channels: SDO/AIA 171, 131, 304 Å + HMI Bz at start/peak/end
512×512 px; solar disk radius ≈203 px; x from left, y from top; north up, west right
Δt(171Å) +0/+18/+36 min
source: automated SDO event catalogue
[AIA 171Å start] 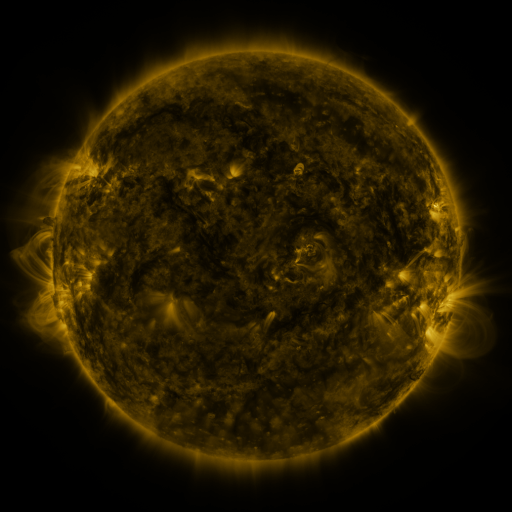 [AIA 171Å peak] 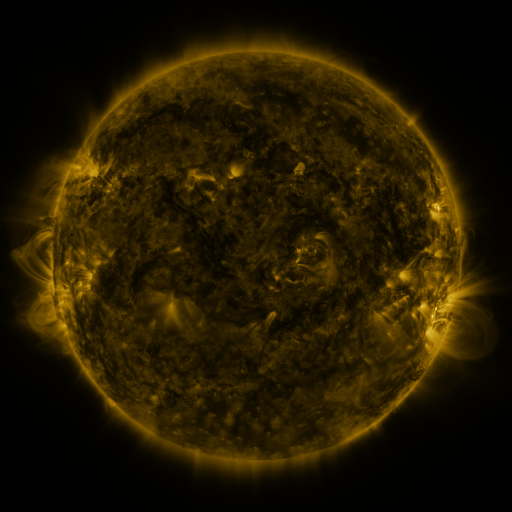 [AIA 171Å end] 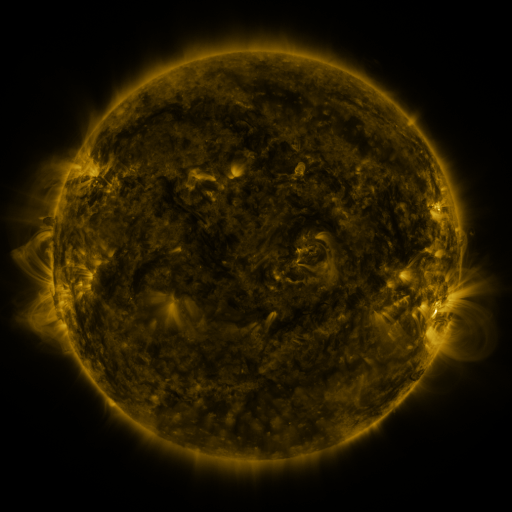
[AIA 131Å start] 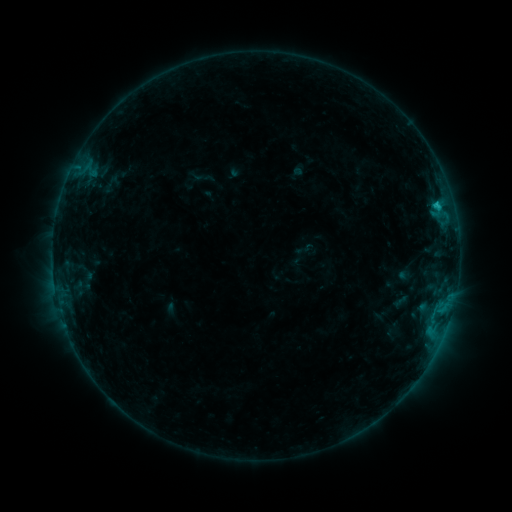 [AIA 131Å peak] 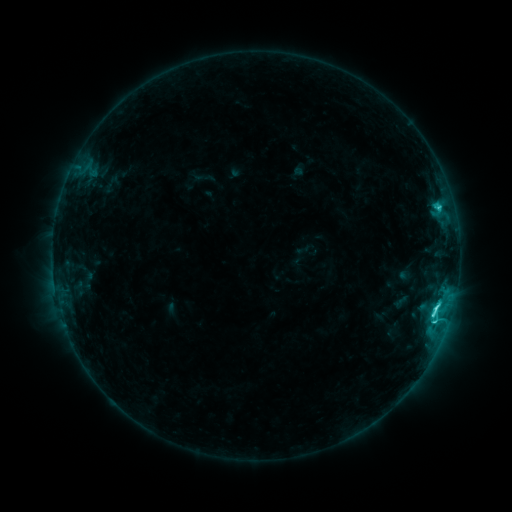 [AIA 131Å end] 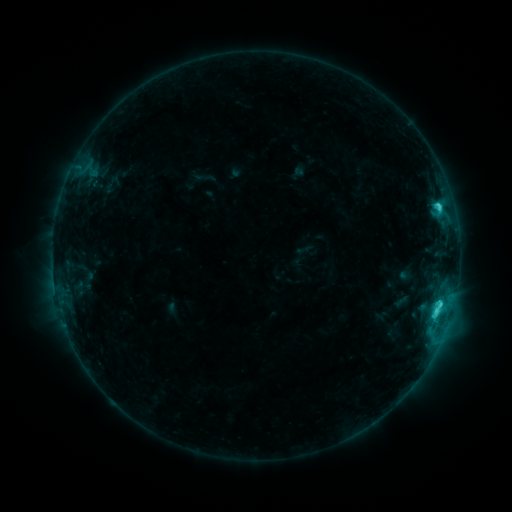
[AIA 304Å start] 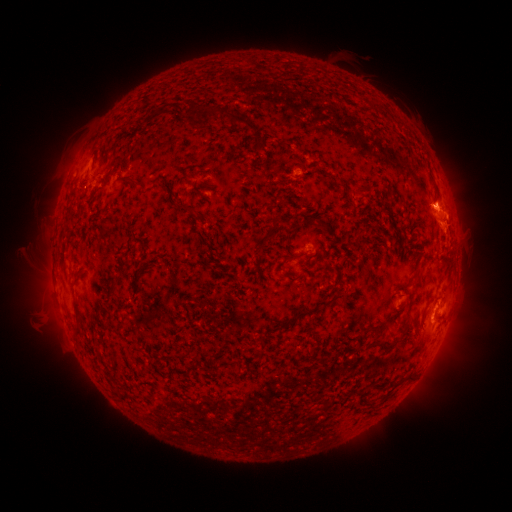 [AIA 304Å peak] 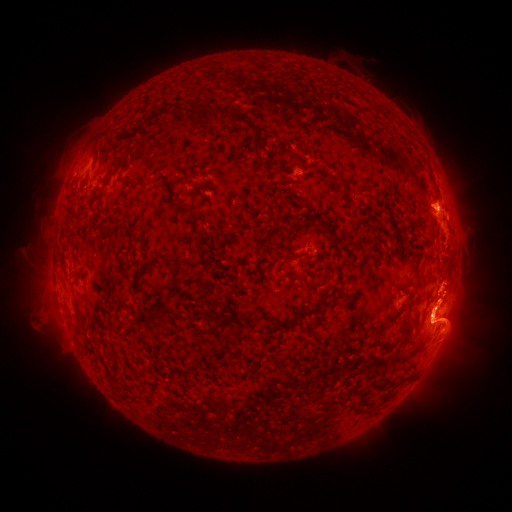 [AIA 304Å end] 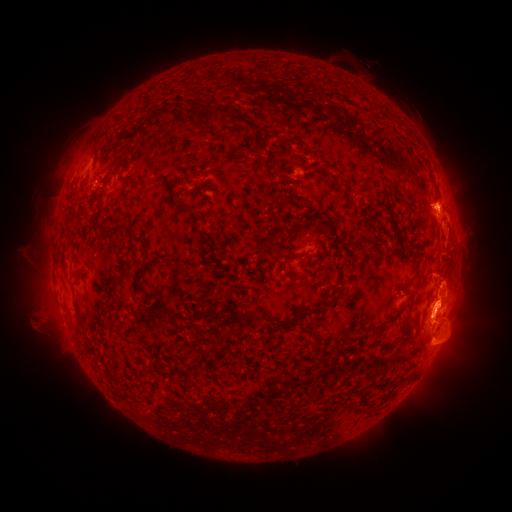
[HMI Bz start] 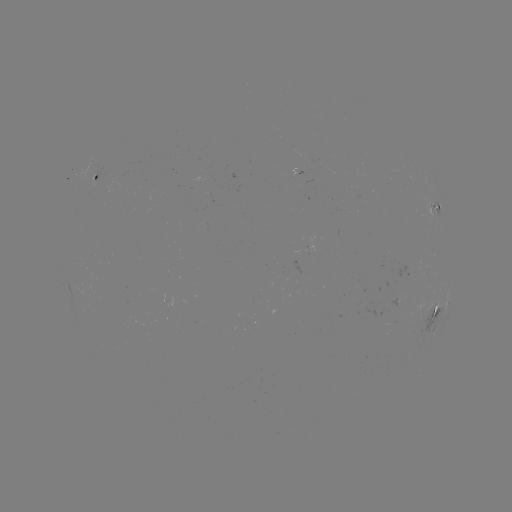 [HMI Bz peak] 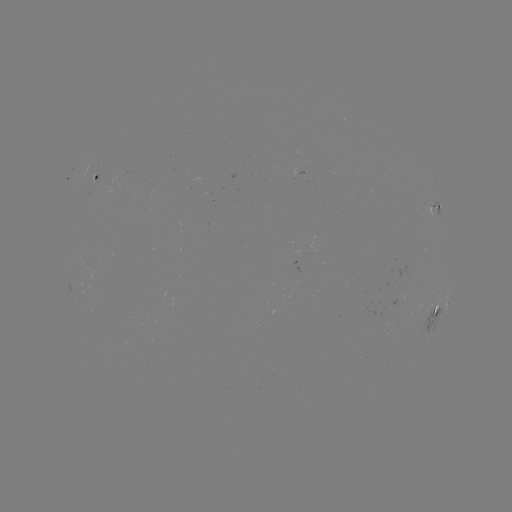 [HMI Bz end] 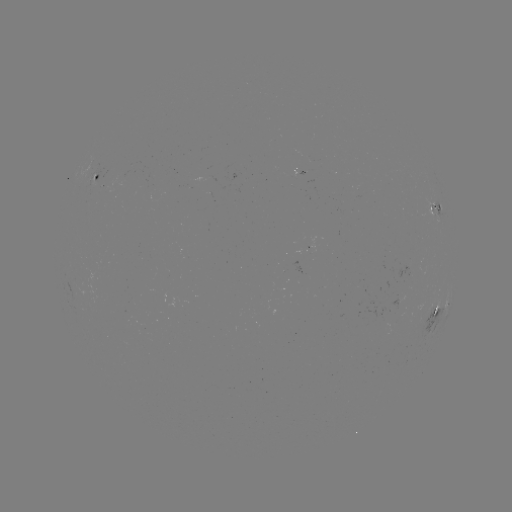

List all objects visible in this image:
eruption: (448, 317)
